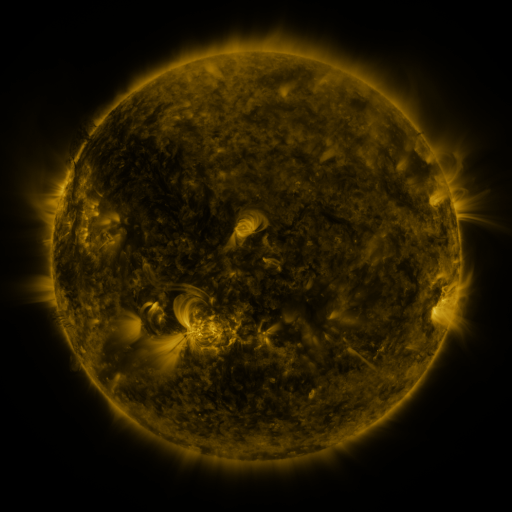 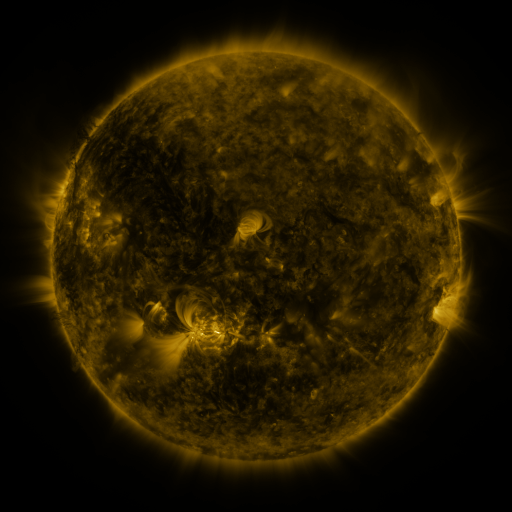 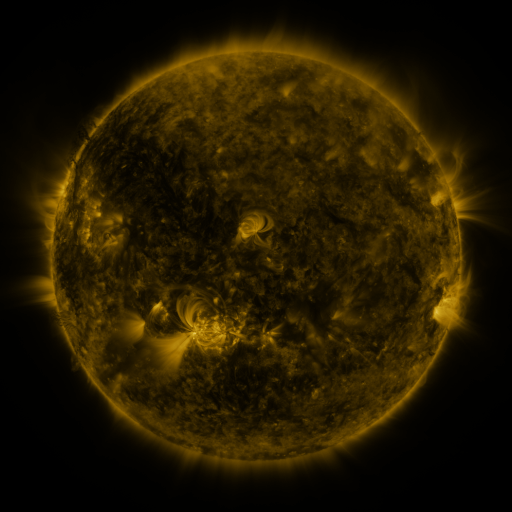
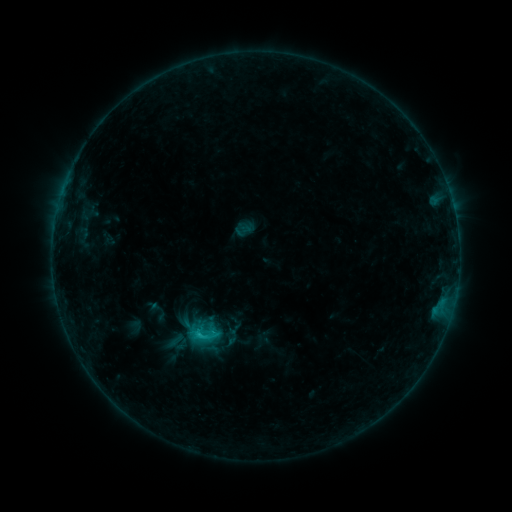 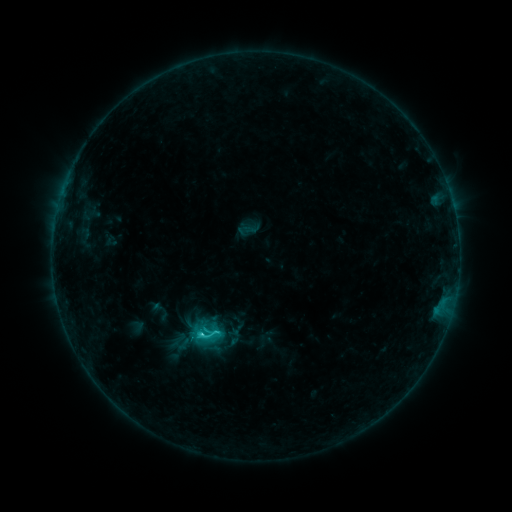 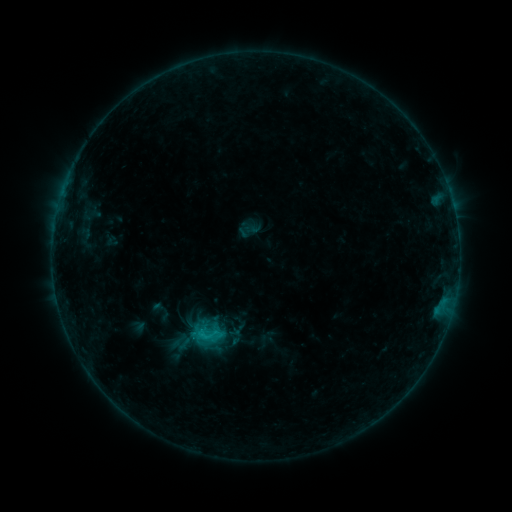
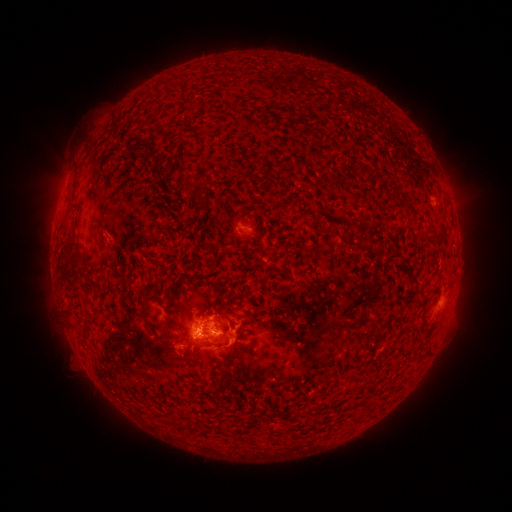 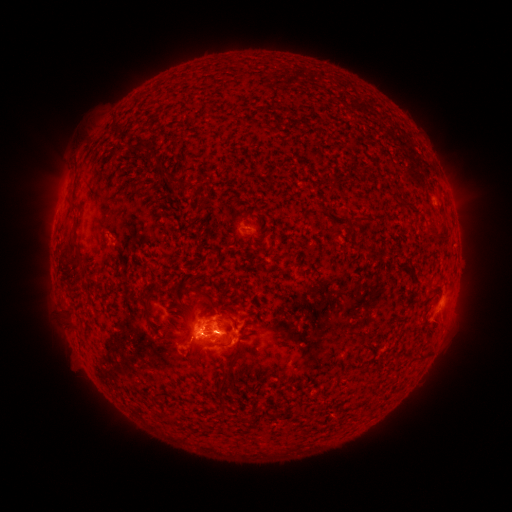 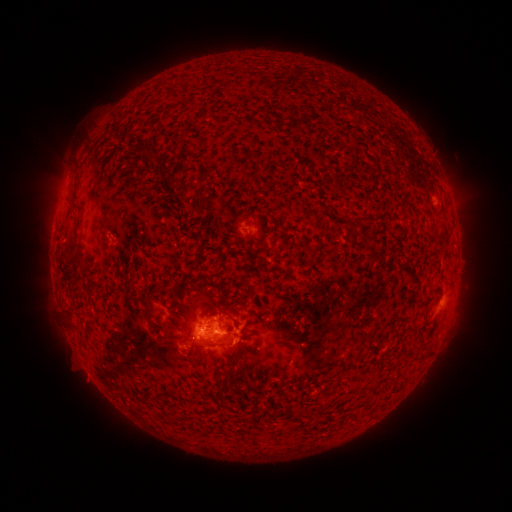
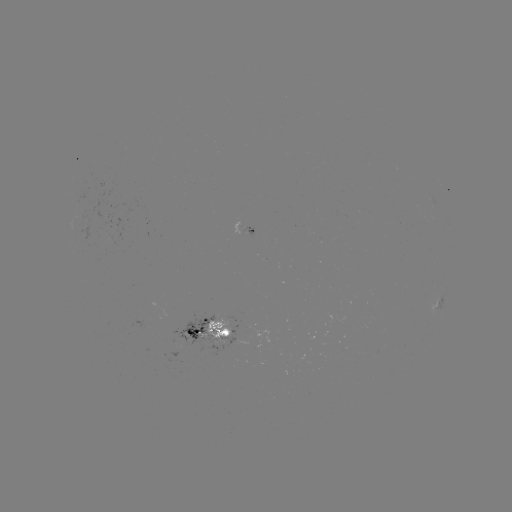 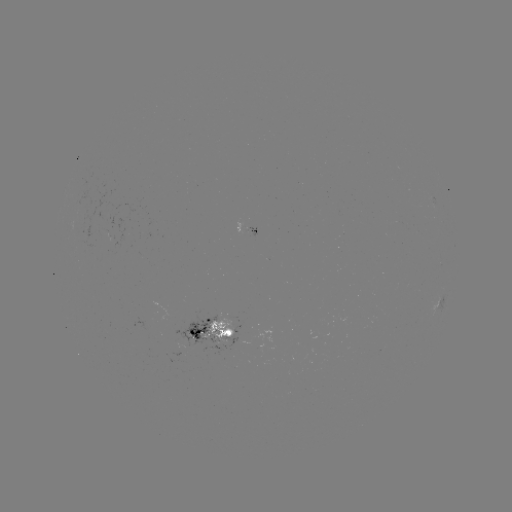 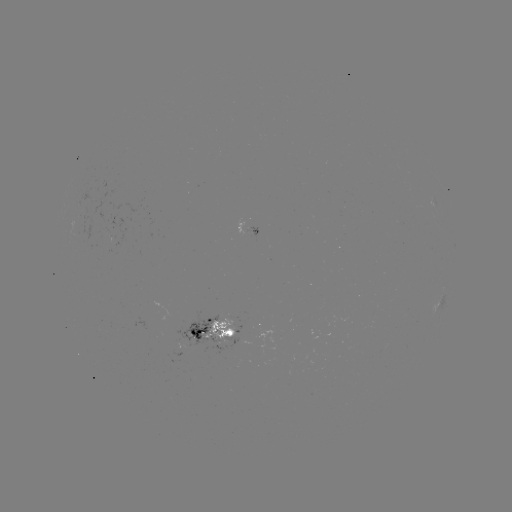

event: emerging-flux region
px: (210, 336)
